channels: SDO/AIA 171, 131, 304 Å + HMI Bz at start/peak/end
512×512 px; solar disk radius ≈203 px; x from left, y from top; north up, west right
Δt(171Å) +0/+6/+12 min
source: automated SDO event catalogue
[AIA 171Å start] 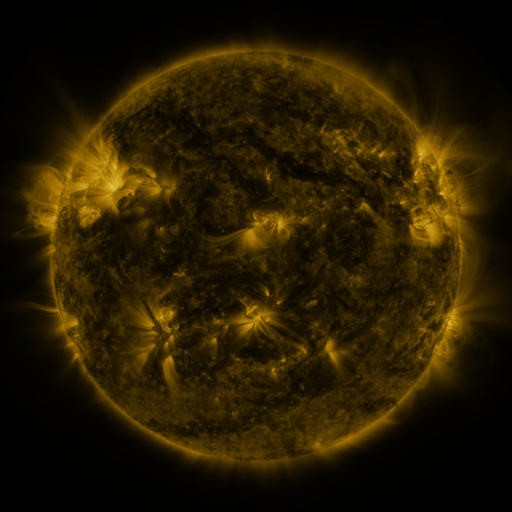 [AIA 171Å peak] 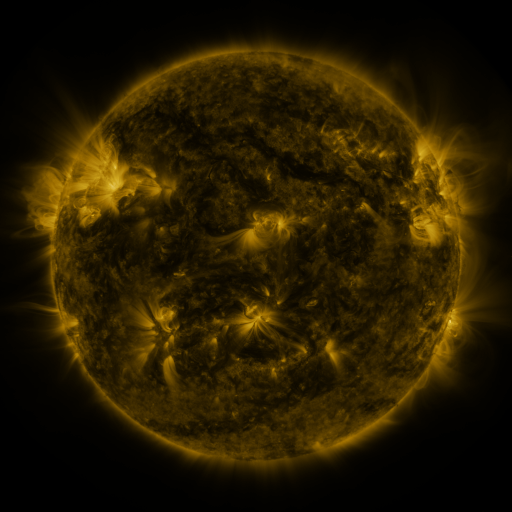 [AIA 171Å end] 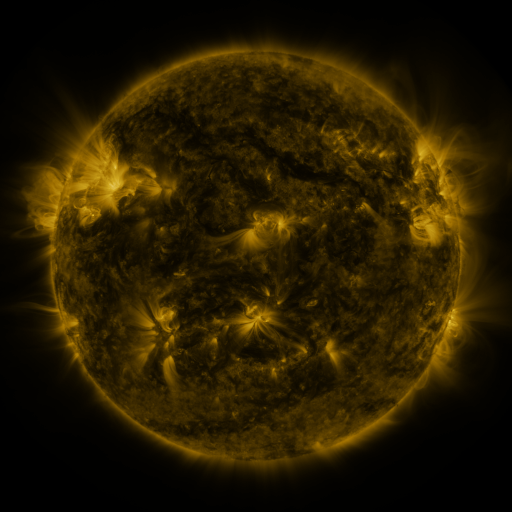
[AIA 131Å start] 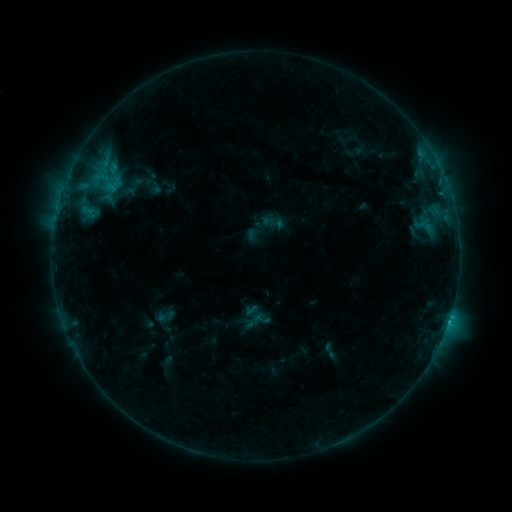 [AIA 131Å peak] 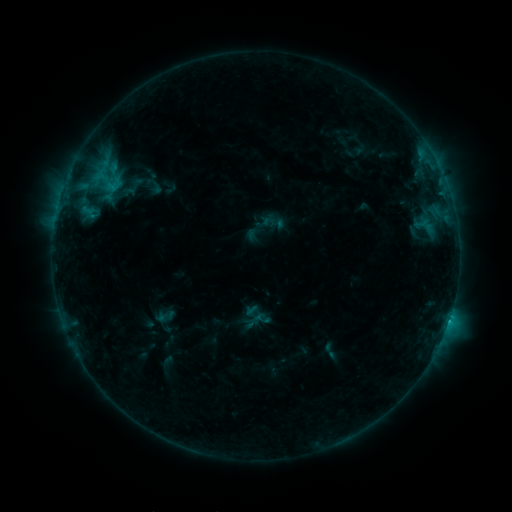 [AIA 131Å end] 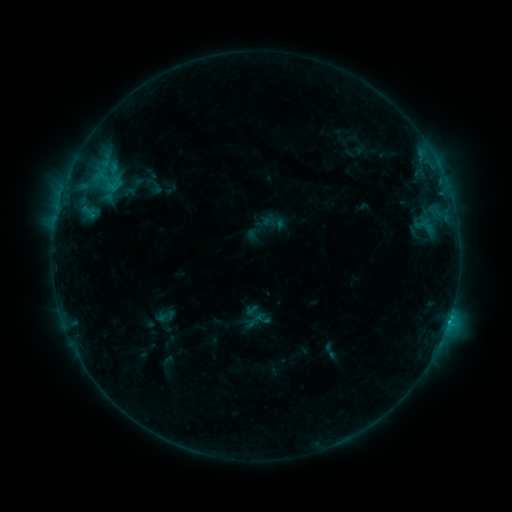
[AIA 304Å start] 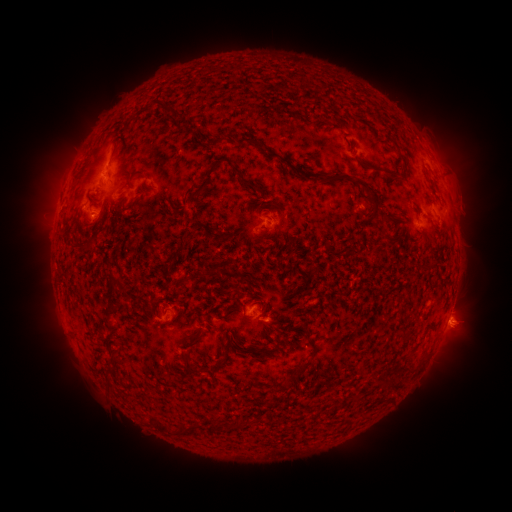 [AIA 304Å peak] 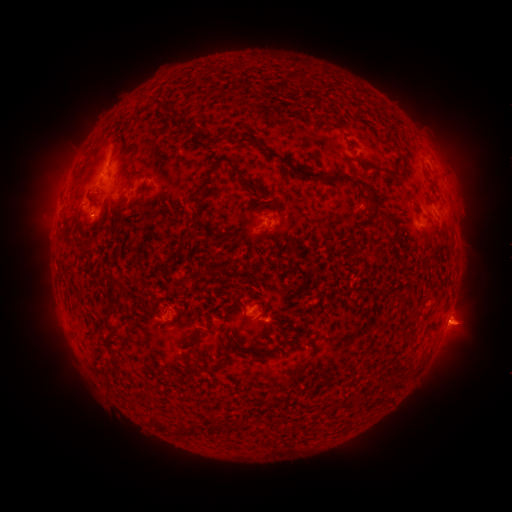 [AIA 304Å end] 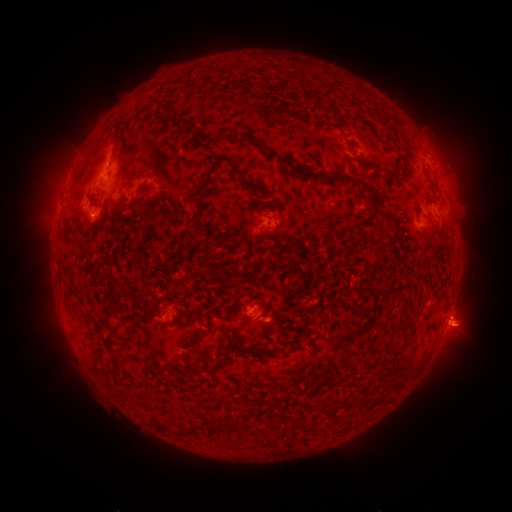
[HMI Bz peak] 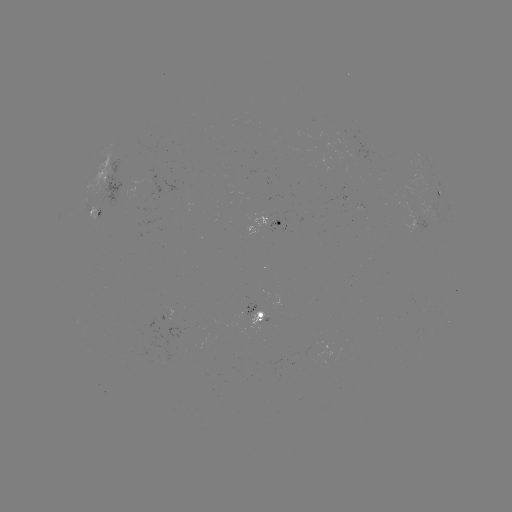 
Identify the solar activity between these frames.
eruption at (460, 329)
